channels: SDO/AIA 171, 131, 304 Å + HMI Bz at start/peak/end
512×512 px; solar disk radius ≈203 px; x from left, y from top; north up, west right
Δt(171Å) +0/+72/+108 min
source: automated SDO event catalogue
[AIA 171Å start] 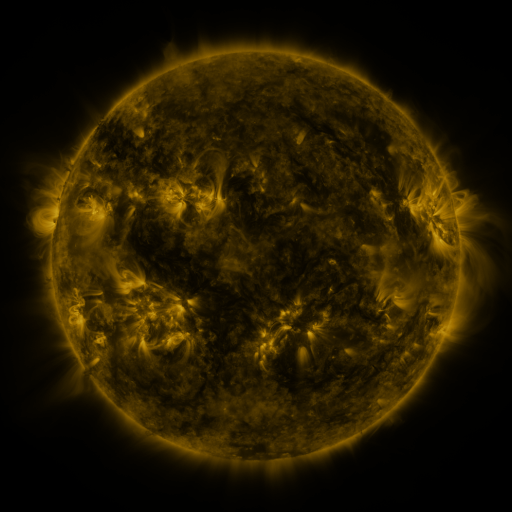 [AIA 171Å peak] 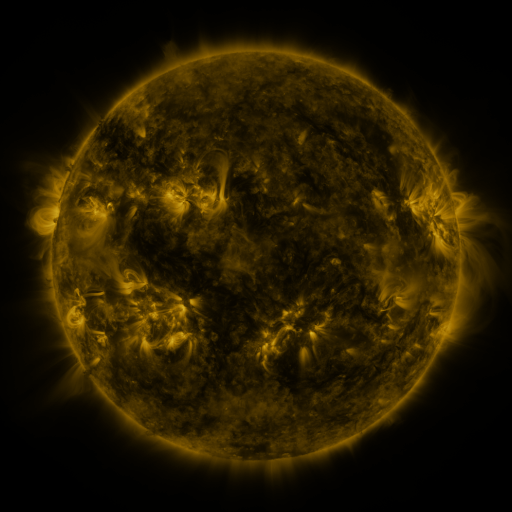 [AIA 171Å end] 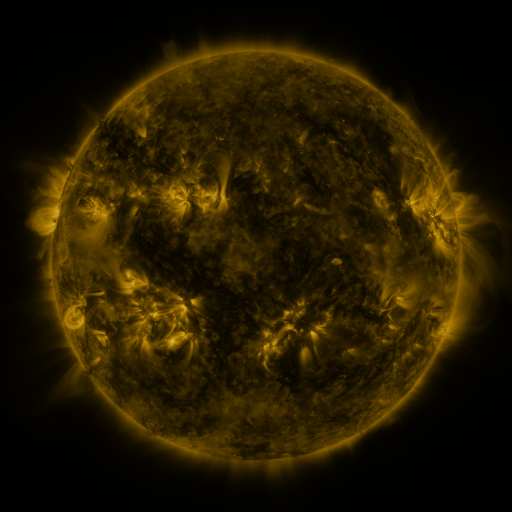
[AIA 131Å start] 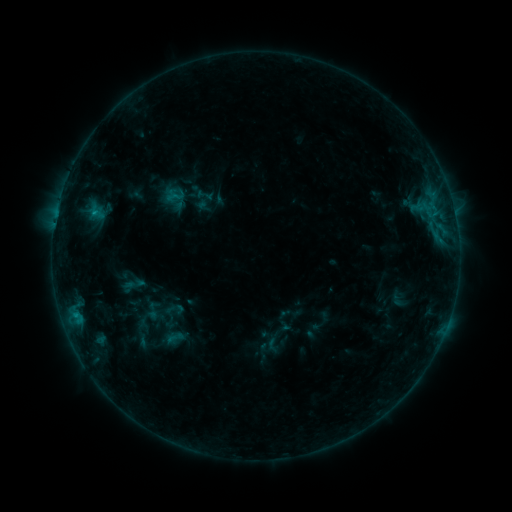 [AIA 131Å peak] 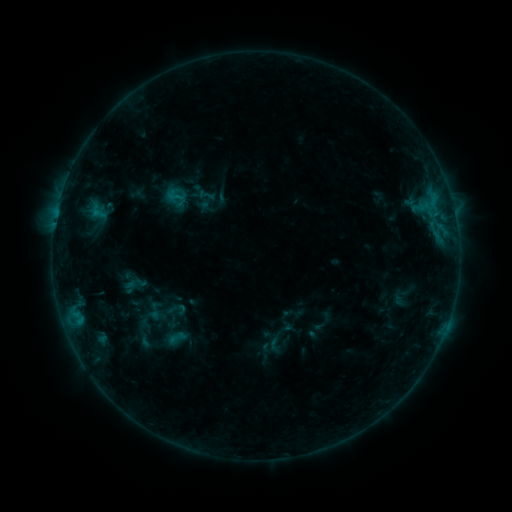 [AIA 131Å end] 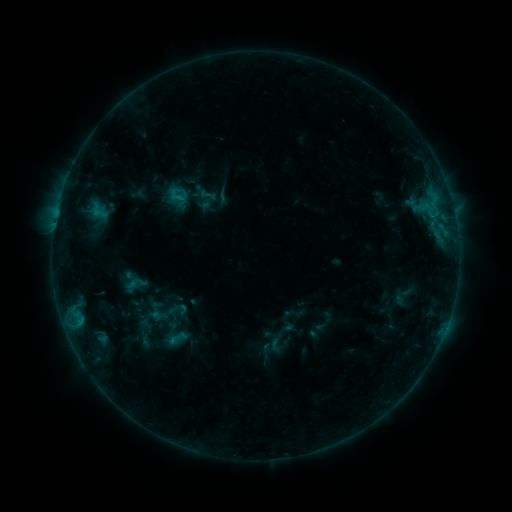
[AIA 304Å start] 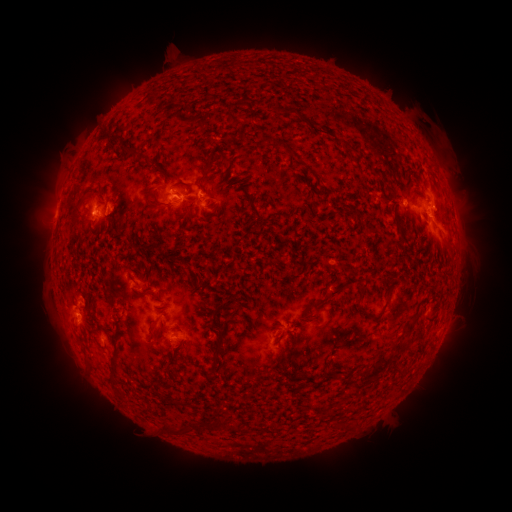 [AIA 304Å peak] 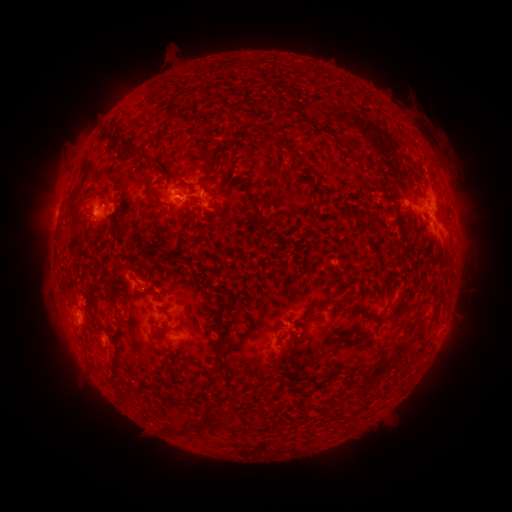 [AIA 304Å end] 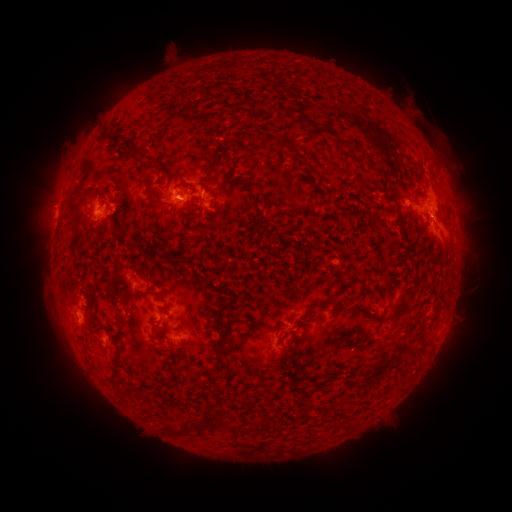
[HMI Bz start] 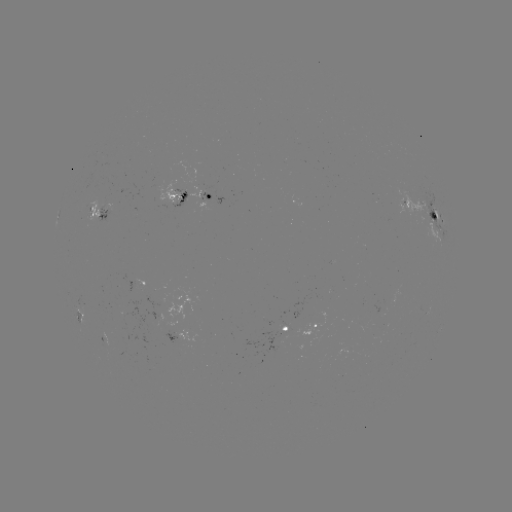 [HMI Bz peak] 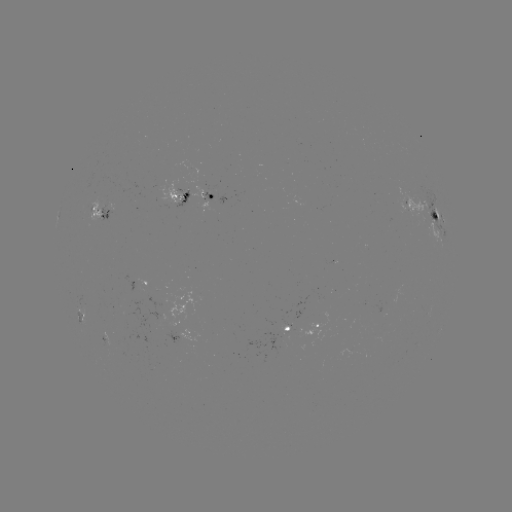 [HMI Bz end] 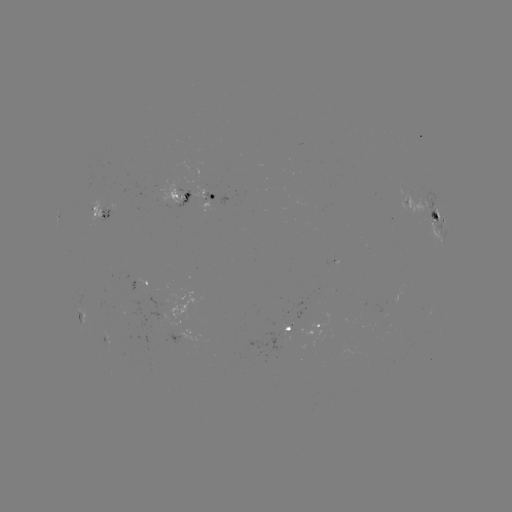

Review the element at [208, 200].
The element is emerging-flux region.